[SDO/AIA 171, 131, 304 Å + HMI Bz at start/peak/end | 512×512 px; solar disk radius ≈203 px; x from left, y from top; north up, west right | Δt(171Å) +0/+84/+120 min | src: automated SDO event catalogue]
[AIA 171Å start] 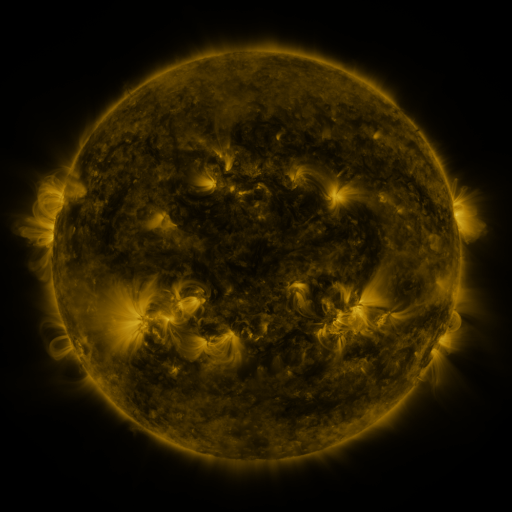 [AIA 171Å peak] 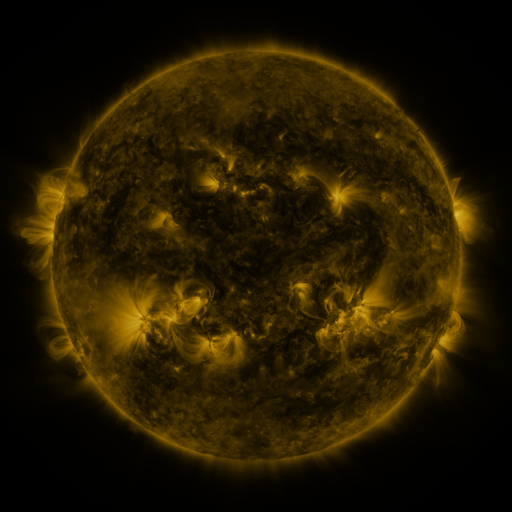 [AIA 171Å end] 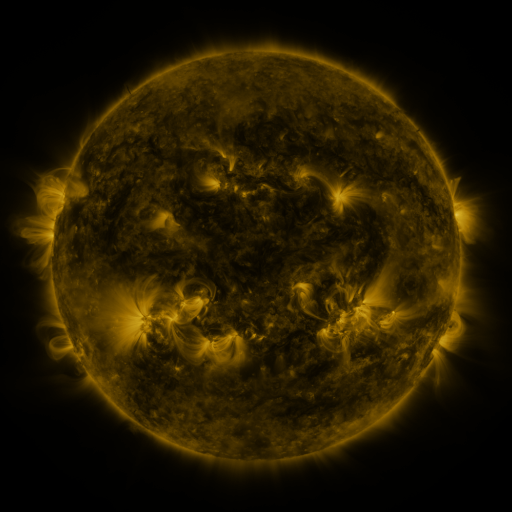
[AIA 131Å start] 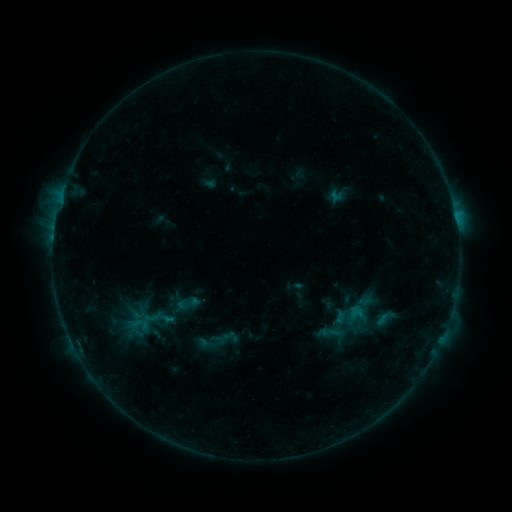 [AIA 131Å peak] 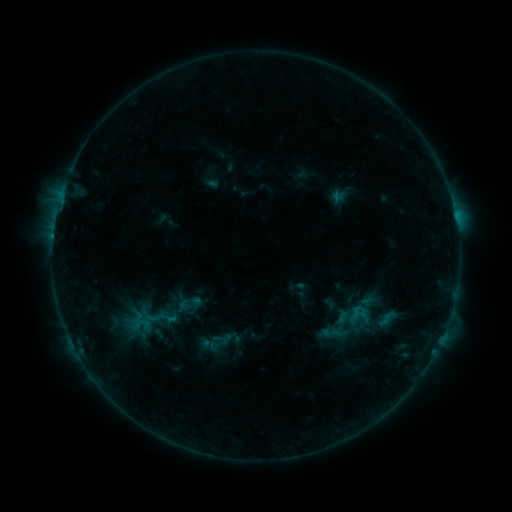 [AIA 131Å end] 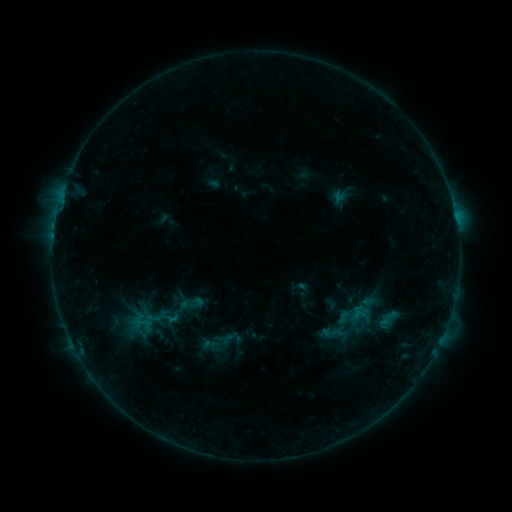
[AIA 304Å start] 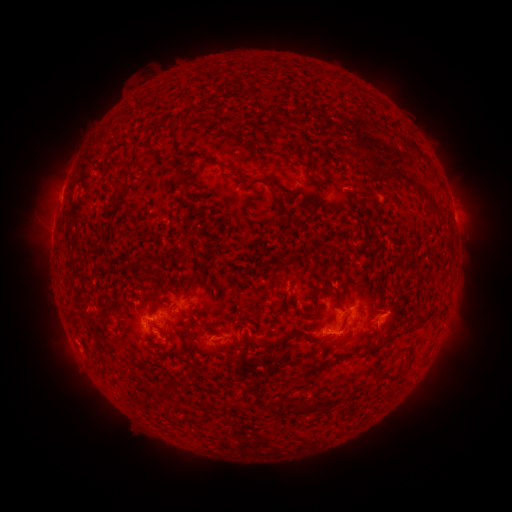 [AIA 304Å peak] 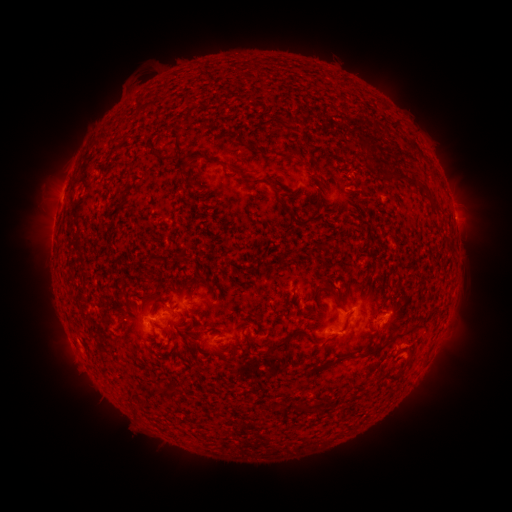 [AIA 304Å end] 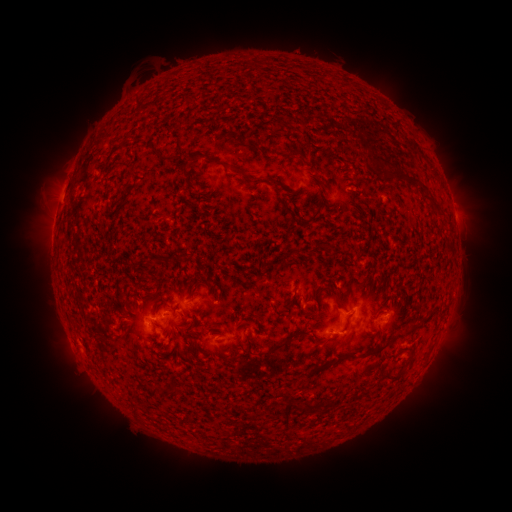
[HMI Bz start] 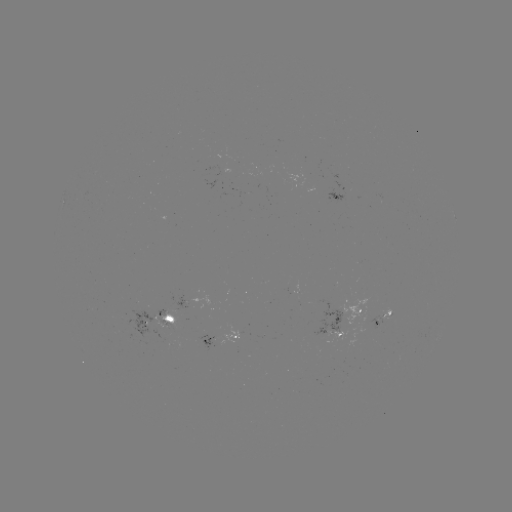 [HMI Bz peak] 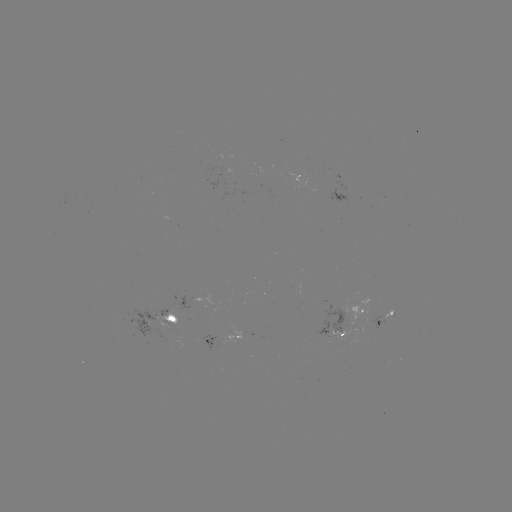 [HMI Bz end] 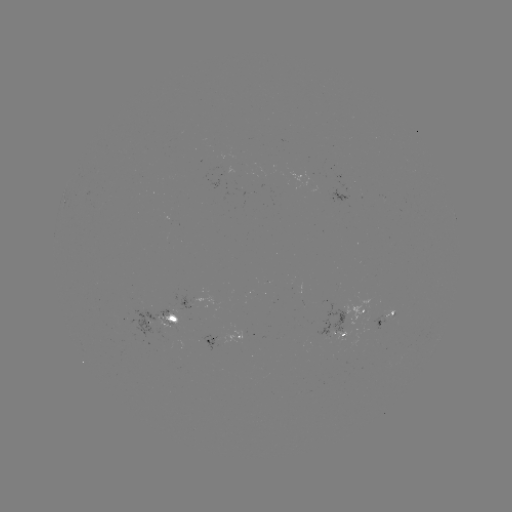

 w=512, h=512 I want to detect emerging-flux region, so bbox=[158, 310, 171, 316].